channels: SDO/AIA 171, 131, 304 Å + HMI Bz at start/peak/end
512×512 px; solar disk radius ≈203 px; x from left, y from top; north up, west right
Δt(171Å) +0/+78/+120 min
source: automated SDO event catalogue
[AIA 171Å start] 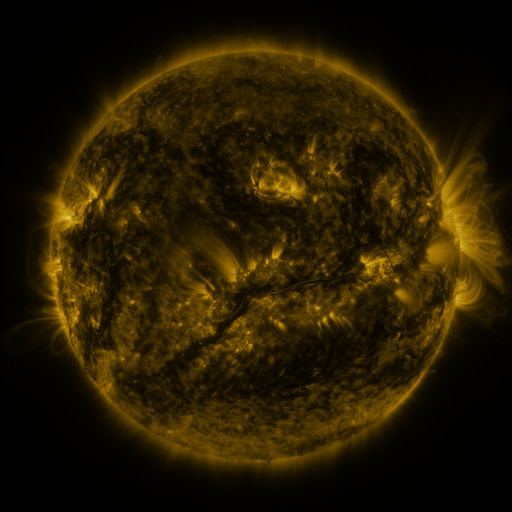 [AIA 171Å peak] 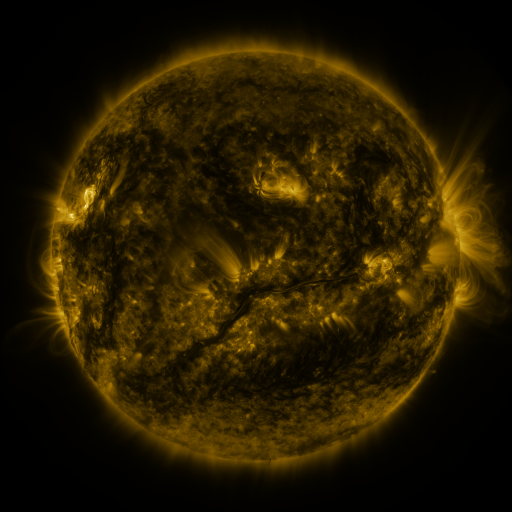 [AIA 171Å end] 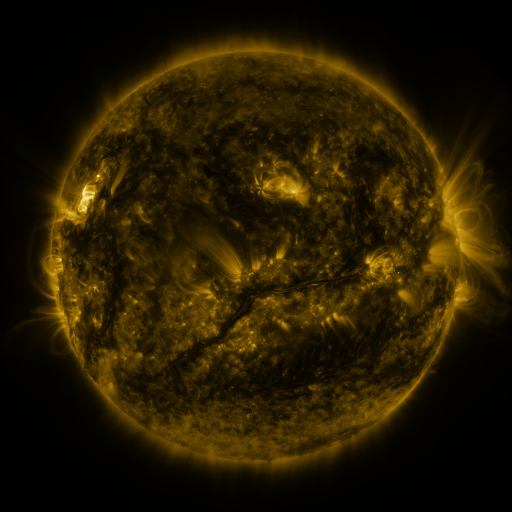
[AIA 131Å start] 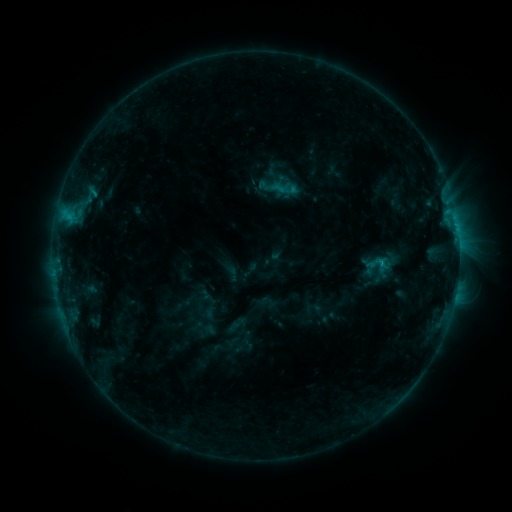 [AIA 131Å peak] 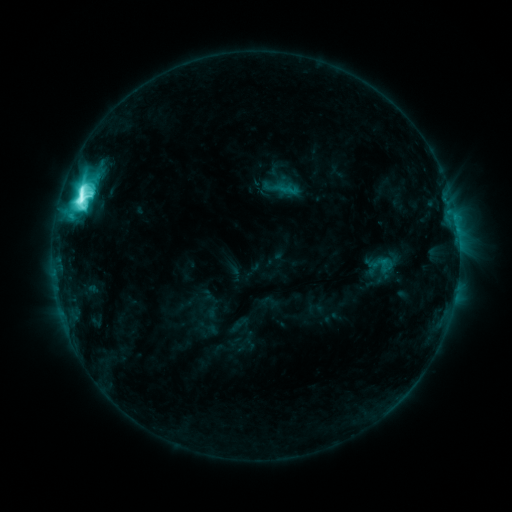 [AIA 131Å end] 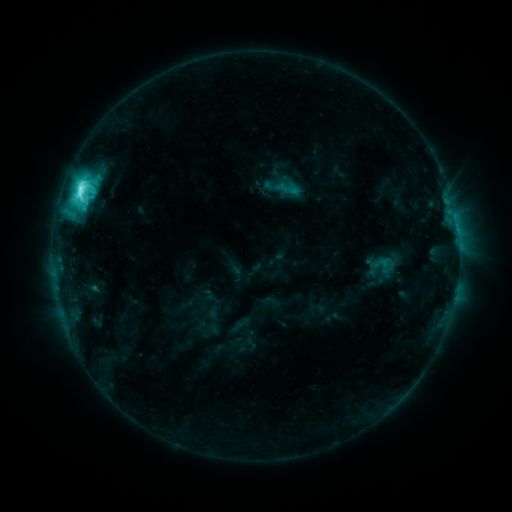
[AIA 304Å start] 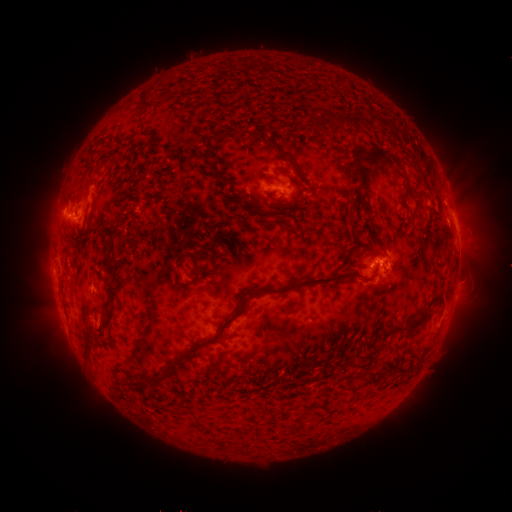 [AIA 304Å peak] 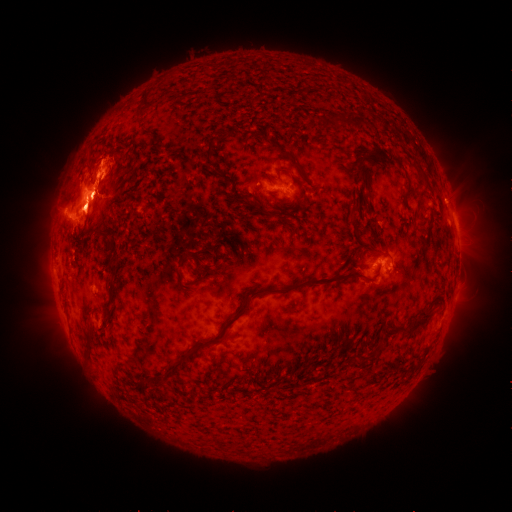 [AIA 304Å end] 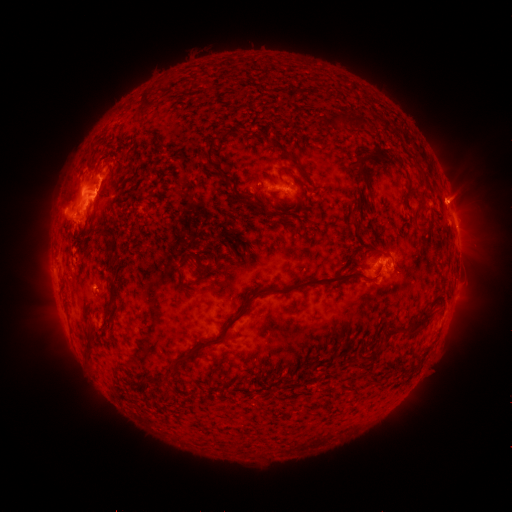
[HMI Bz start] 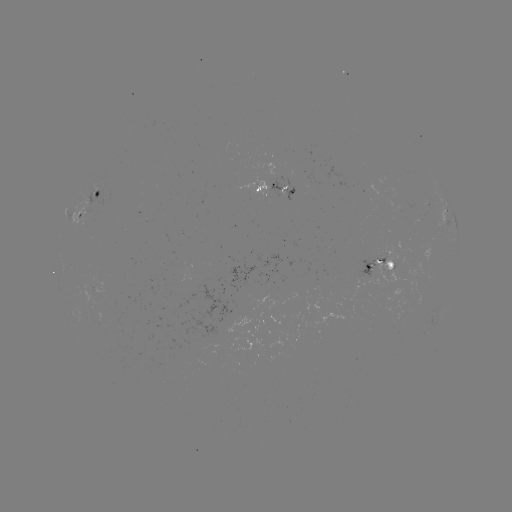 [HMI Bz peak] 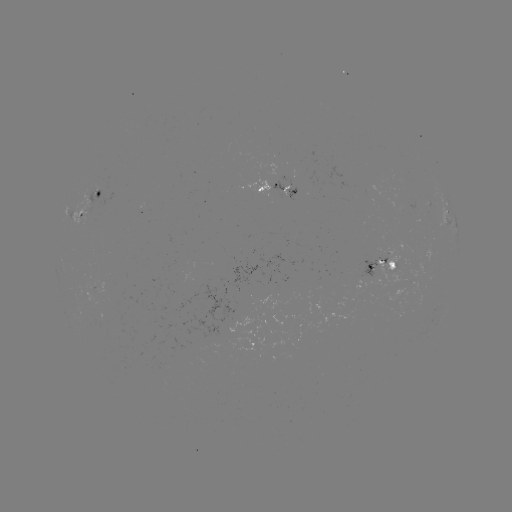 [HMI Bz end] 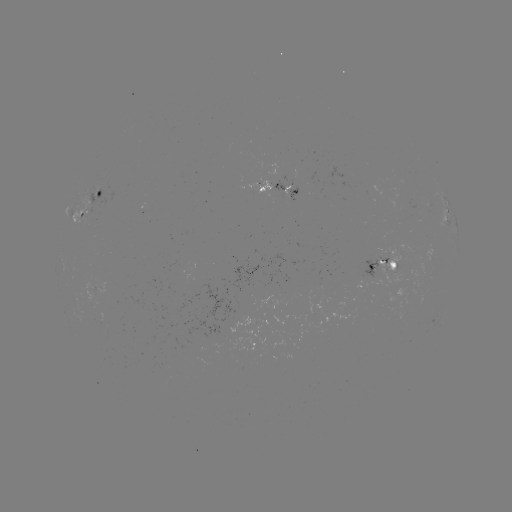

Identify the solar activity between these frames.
M2.4 flare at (366, 264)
